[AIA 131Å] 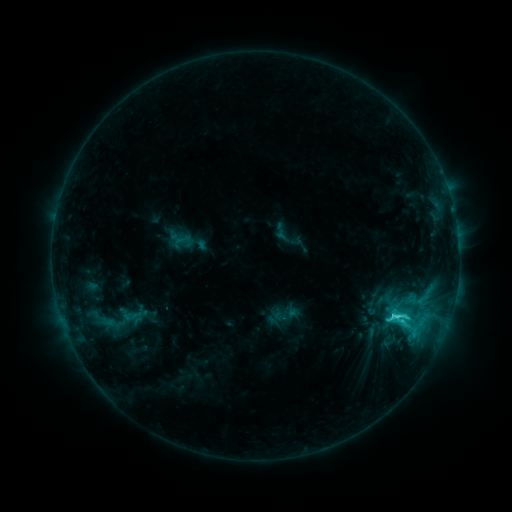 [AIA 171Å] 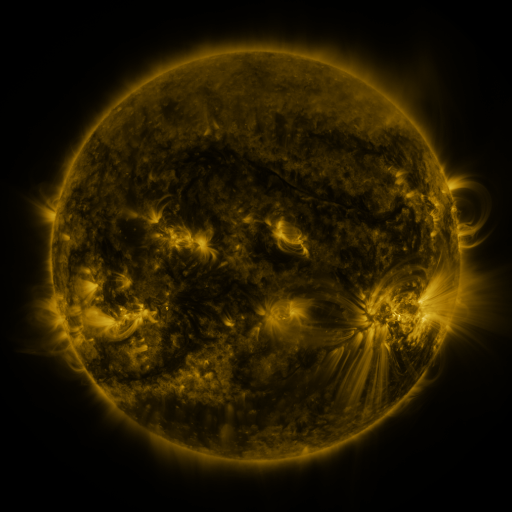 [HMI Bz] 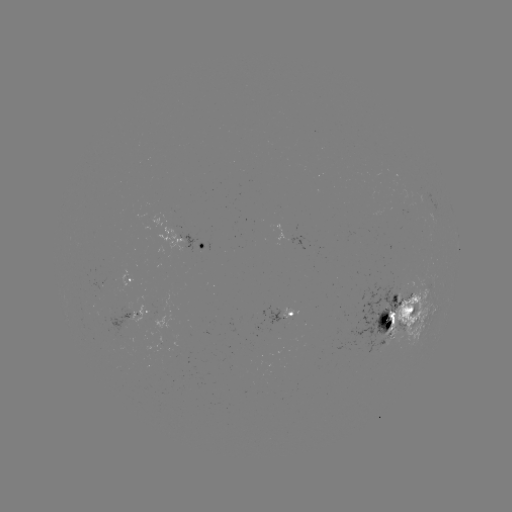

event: sigmoid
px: (401, 317)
